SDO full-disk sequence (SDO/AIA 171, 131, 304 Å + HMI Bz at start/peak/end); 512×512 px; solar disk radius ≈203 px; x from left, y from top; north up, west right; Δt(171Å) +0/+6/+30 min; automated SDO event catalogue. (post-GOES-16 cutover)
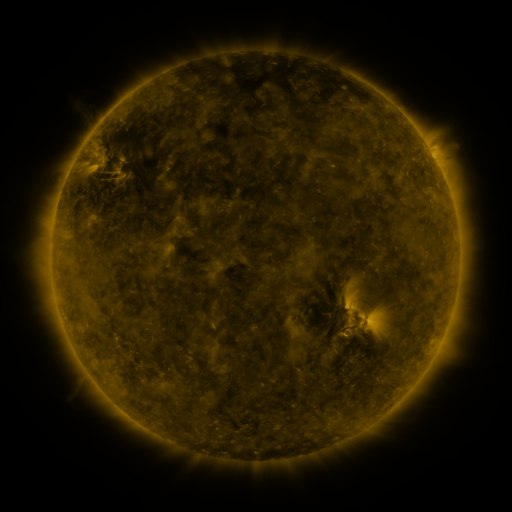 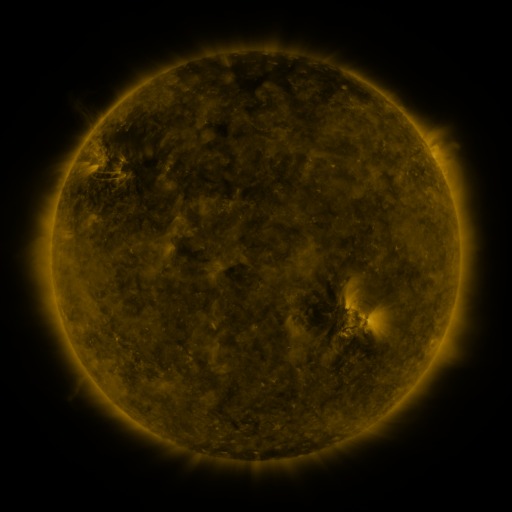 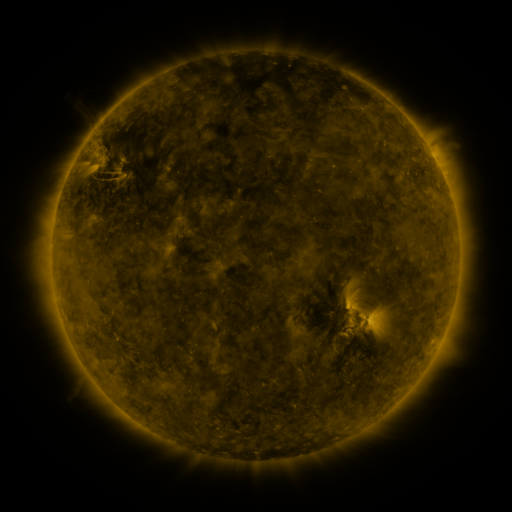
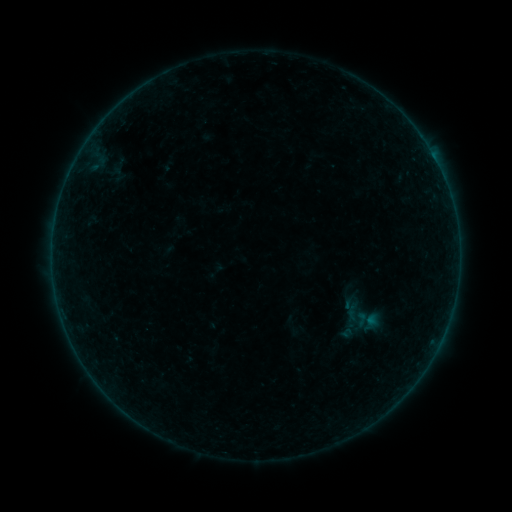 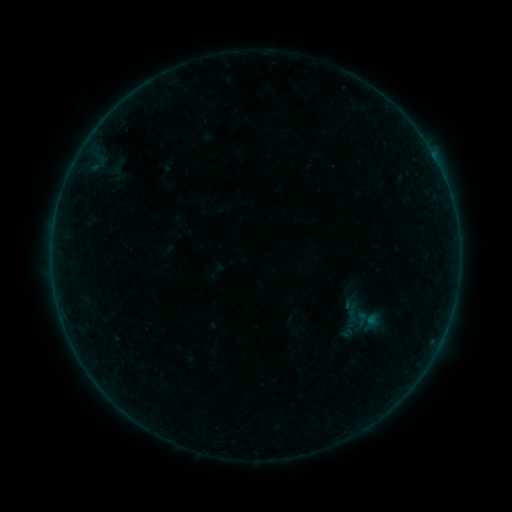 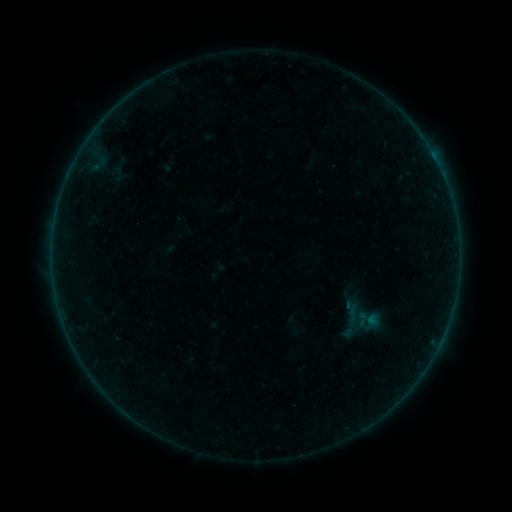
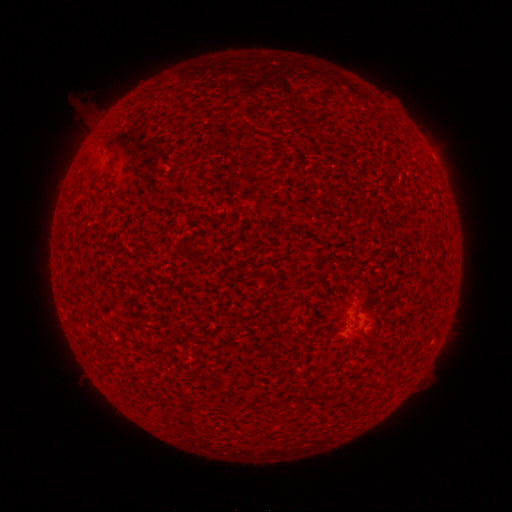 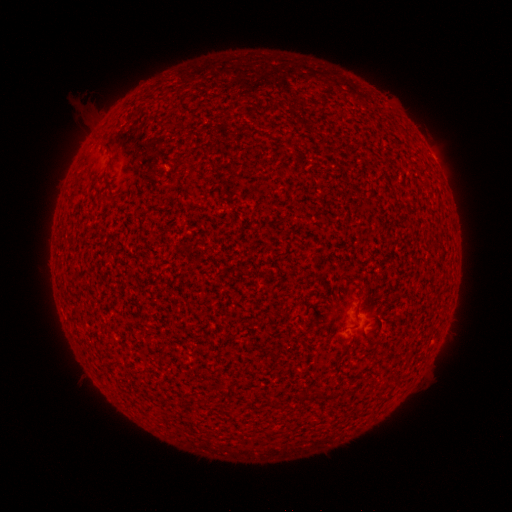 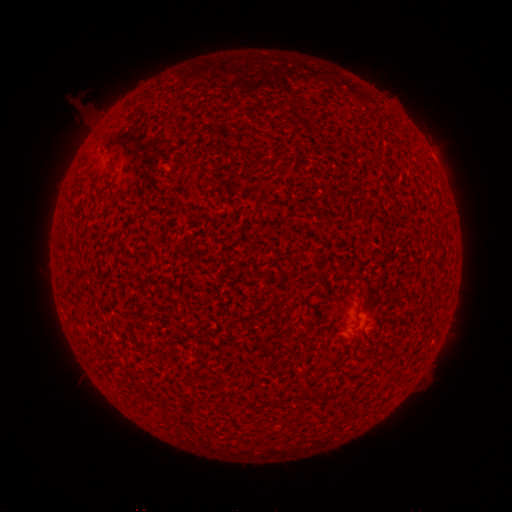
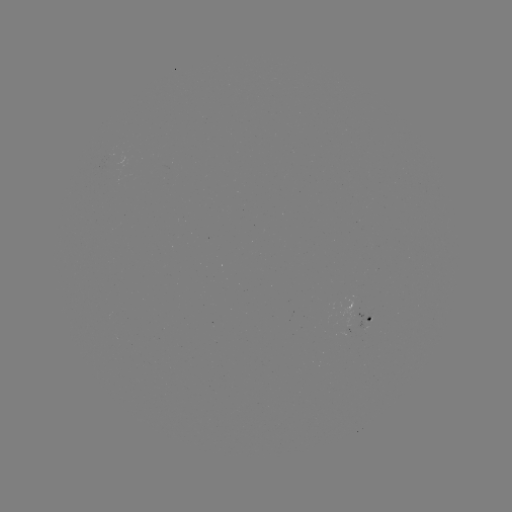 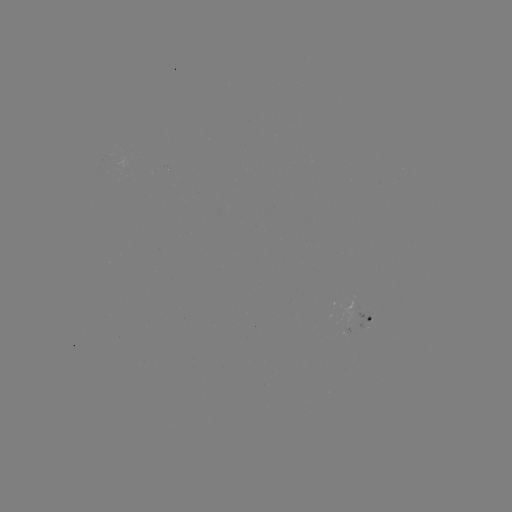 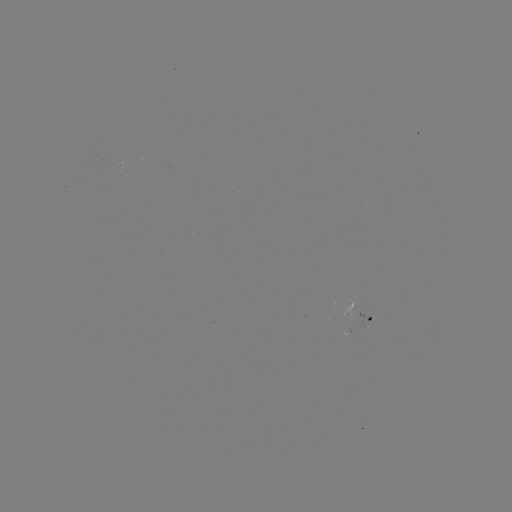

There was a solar flare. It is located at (359, 310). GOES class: A3.6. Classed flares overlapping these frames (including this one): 1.